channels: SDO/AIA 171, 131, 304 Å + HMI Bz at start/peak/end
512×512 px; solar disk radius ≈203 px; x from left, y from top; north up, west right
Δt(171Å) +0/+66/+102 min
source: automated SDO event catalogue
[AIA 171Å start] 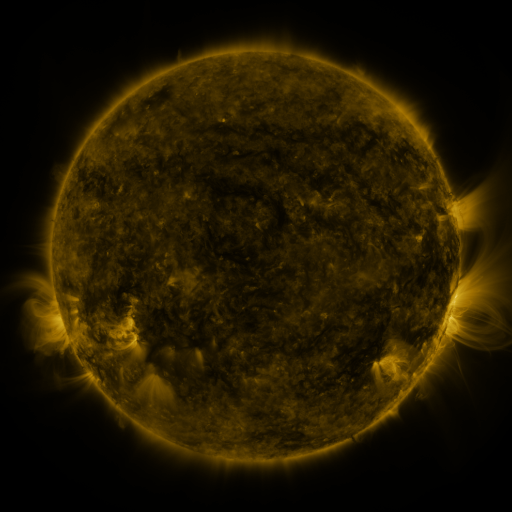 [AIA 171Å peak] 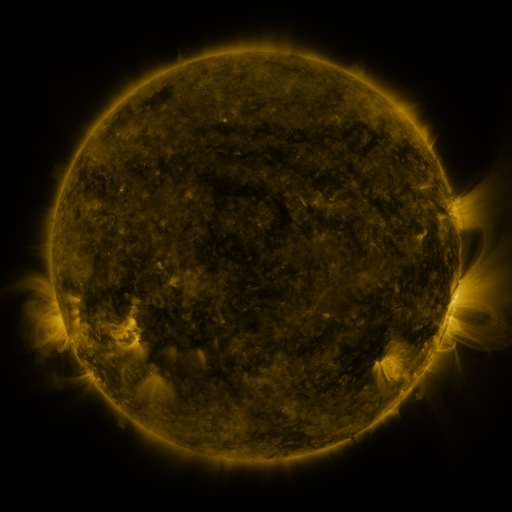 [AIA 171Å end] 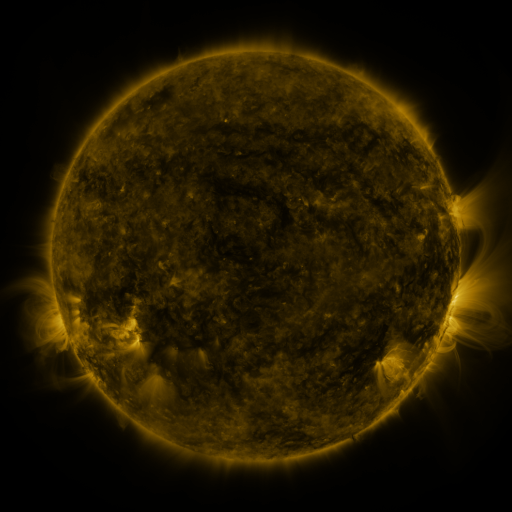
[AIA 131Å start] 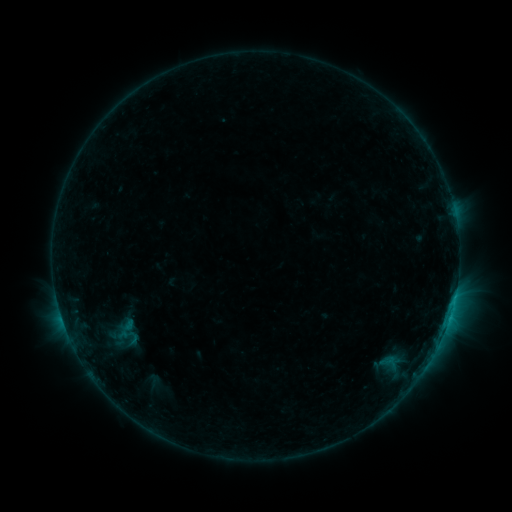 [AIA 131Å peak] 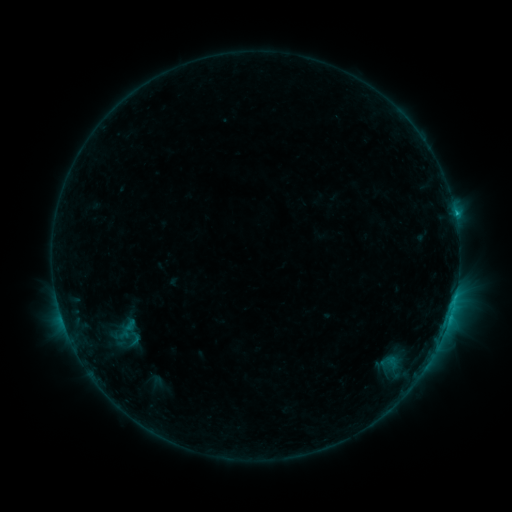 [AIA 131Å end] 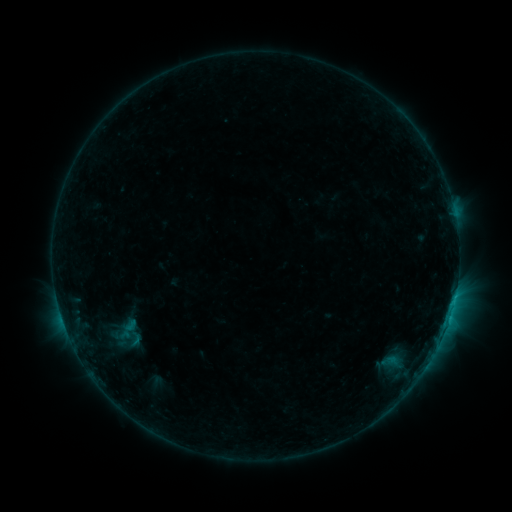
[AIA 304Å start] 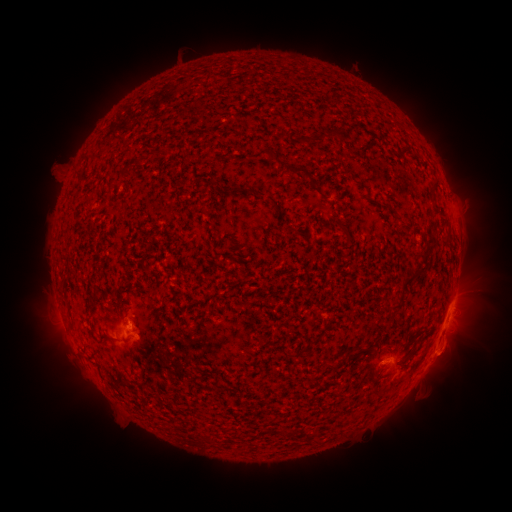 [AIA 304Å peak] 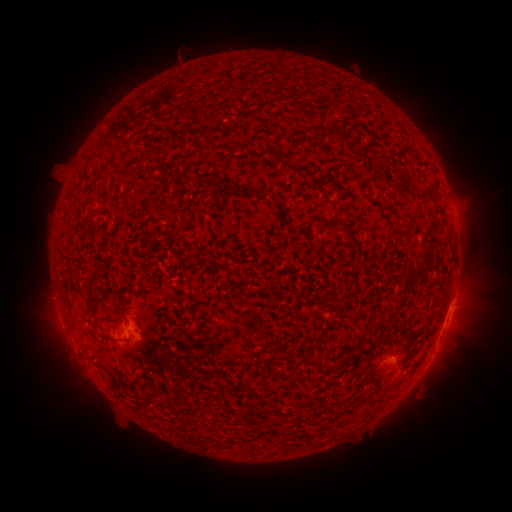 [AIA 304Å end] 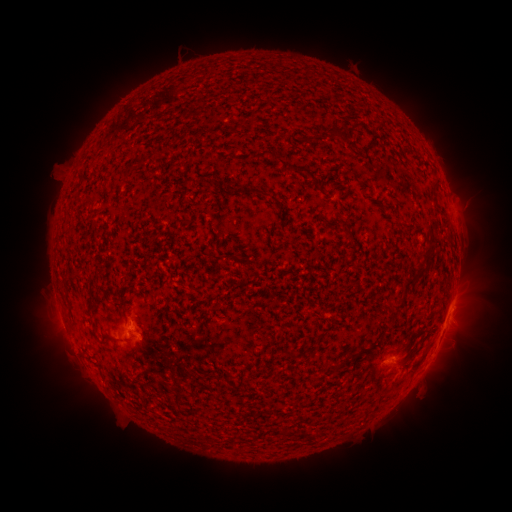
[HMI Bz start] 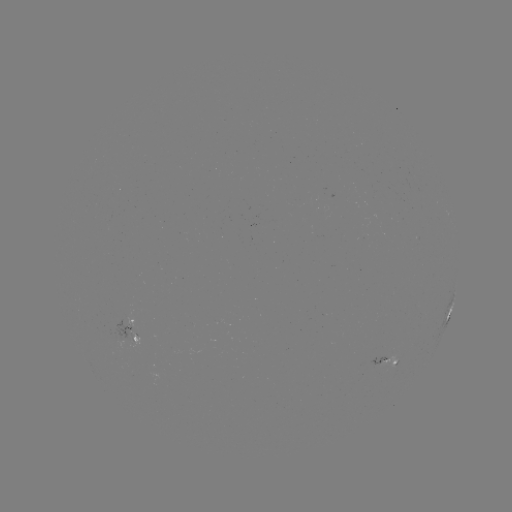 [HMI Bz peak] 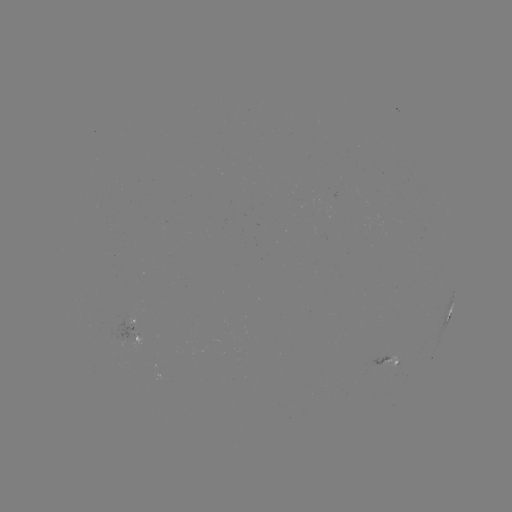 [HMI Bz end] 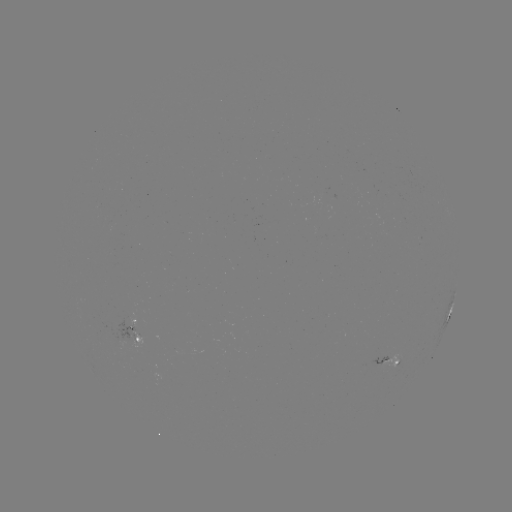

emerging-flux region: [370, 356, 388, 371]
